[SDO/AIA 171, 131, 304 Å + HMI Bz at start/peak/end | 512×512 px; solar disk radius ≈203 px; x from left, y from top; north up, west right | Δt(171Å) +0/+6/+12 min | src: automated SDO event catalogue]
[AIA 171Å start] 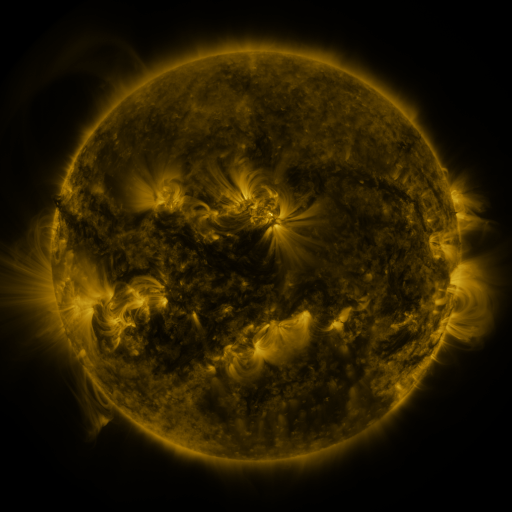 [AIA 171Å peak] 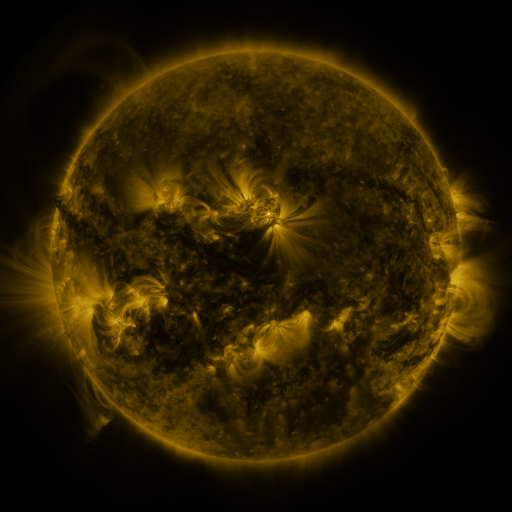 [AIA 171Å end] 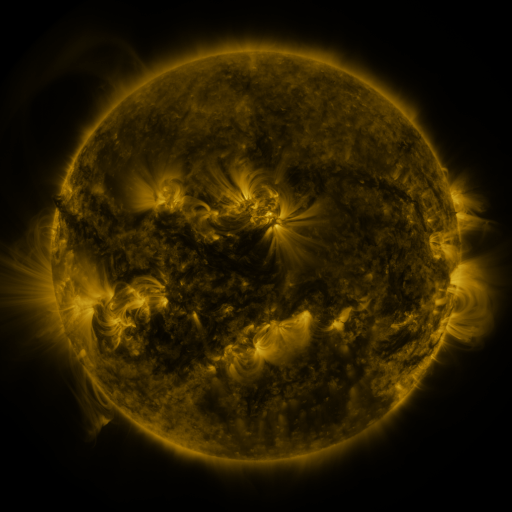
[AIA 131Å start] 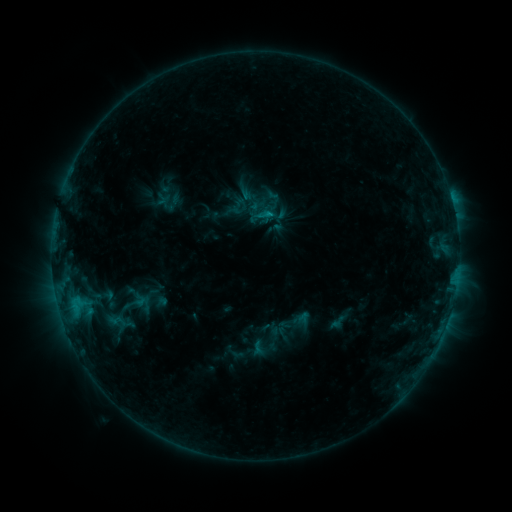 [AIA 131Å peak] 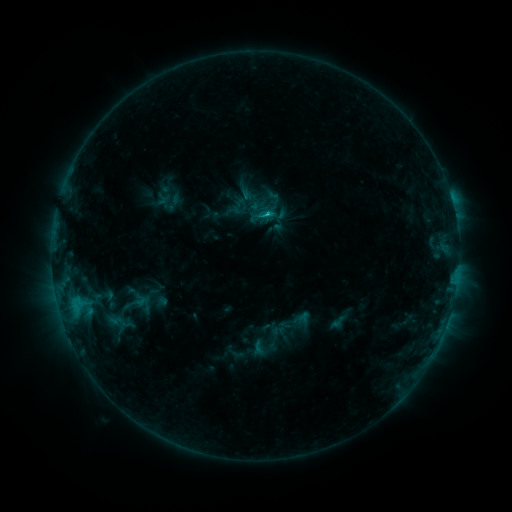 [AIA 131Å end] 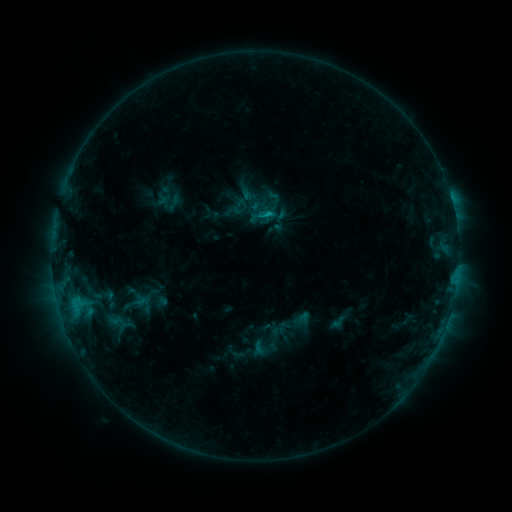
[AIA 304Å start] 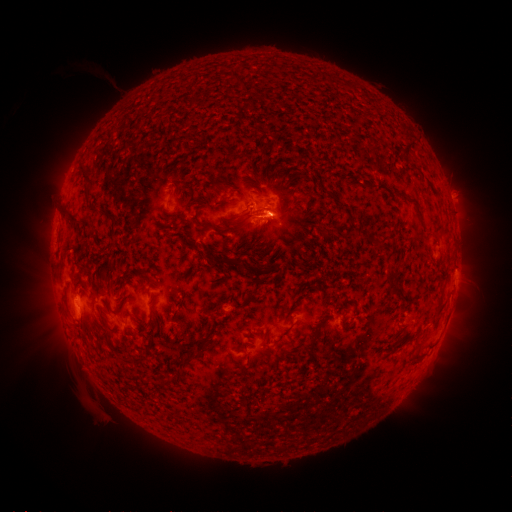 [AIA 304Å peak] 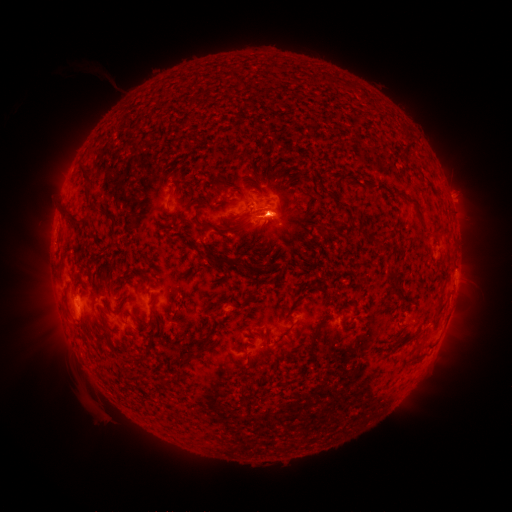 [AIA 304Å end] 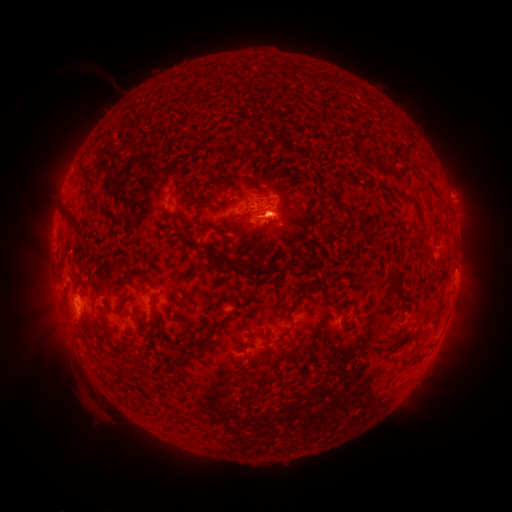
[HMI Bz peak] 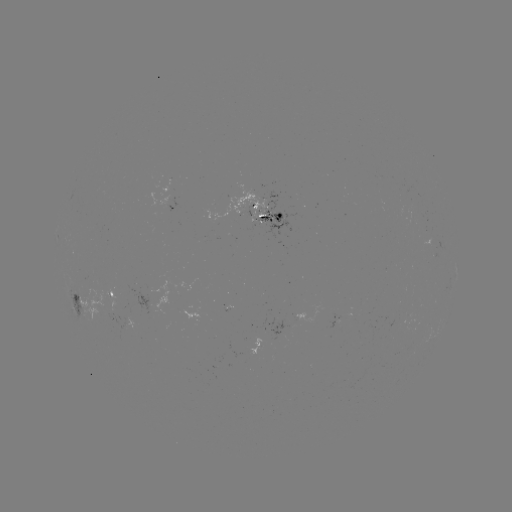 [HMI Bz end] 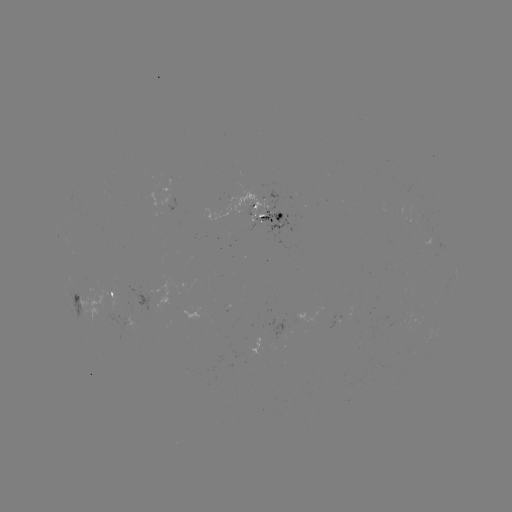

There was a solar flare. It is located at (266, 218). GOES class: C1.2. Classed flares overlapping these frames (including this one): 1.